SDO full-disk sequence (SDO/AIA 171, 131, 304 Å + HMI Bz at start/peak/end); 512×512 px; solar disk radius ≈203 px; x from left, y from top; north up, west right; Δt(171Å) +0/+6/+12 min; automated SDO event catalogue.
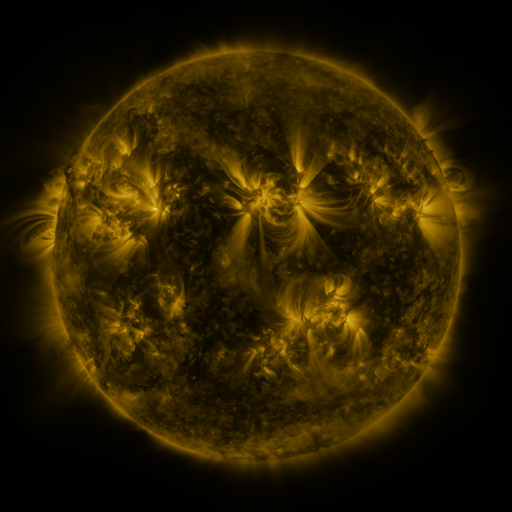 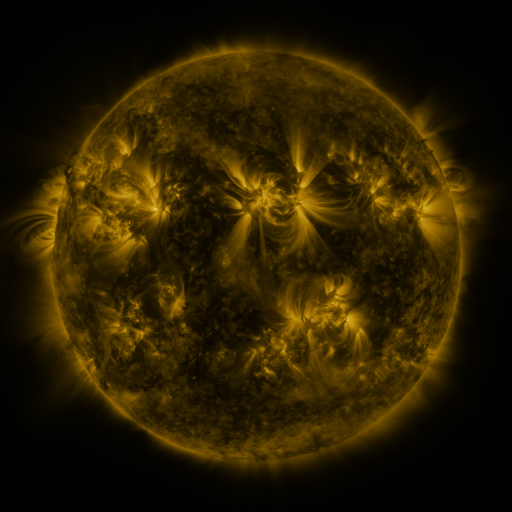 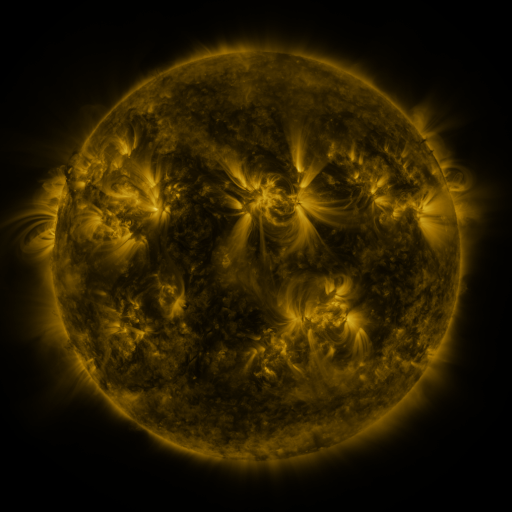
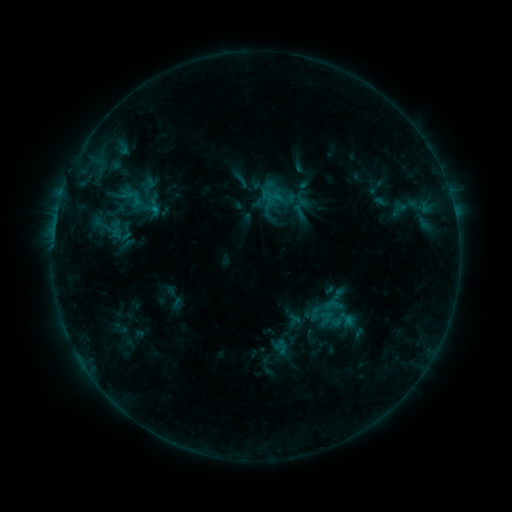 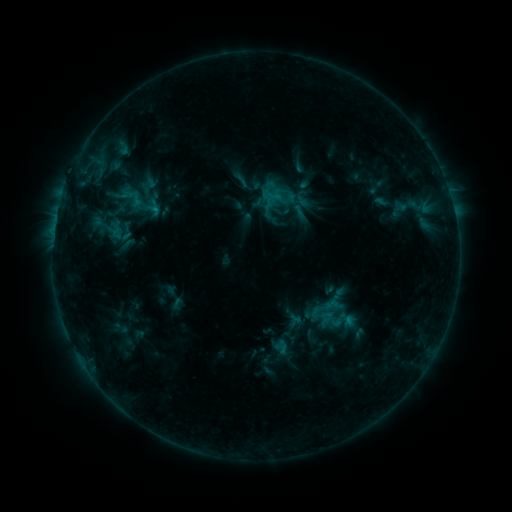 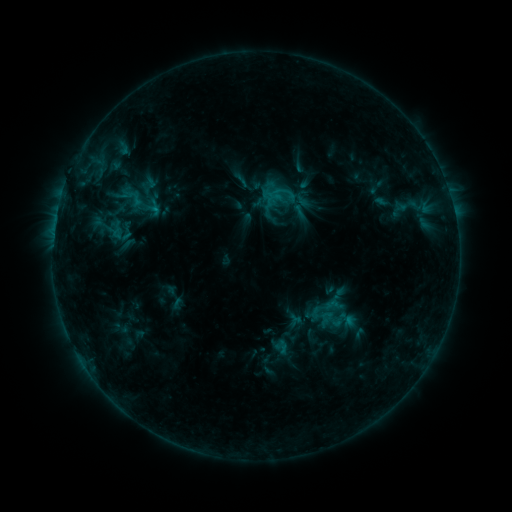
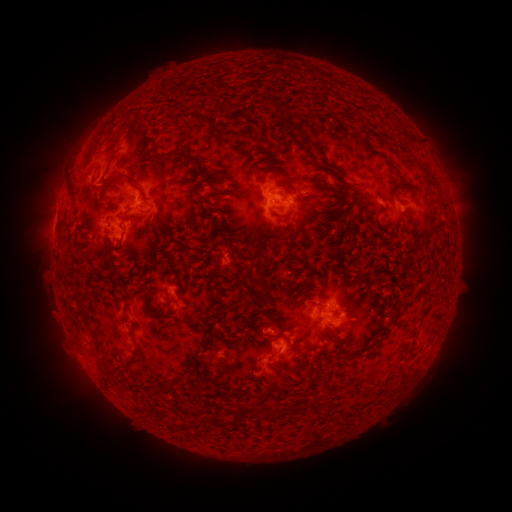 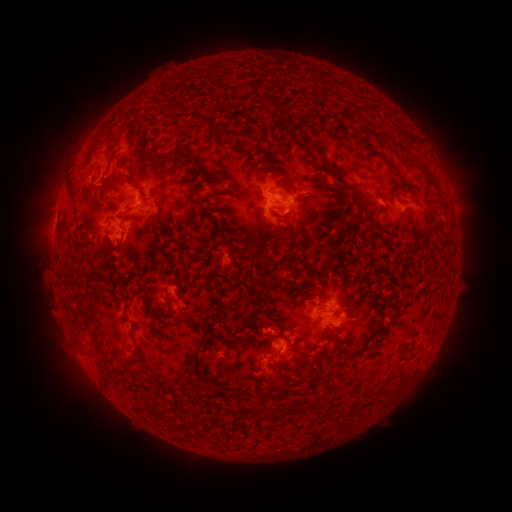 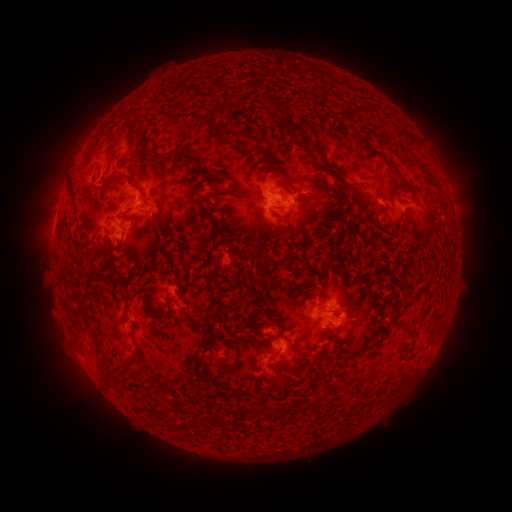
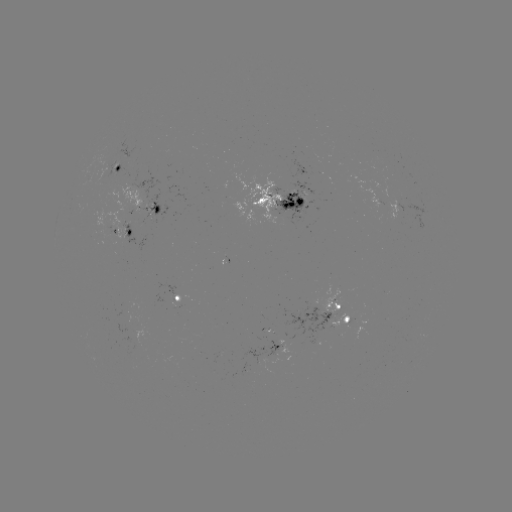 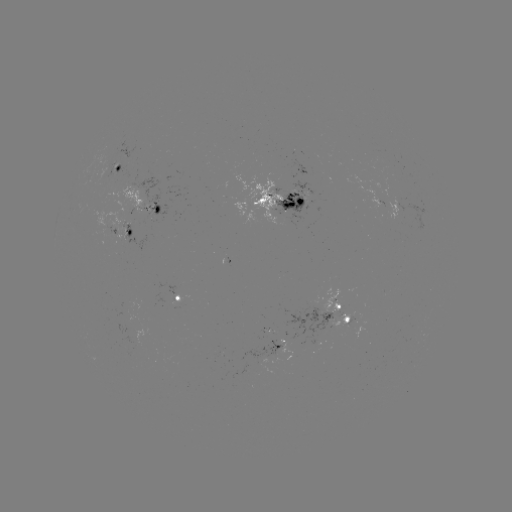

no classed flare was catalogued and no EUV brightening was flagged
